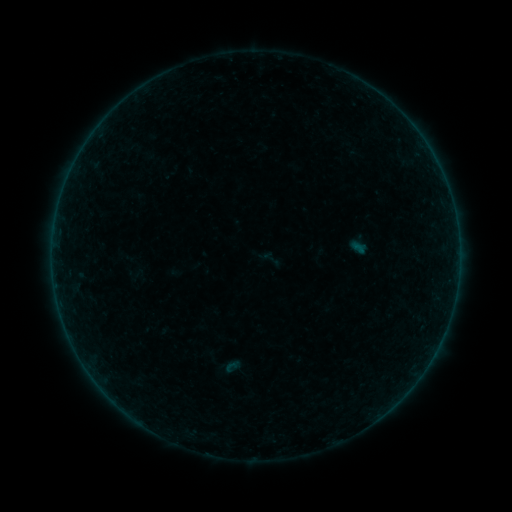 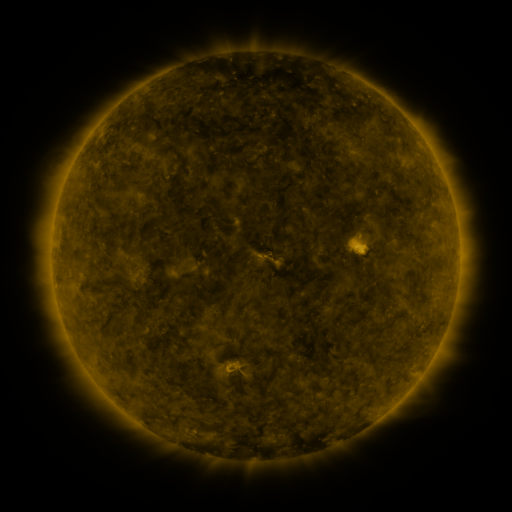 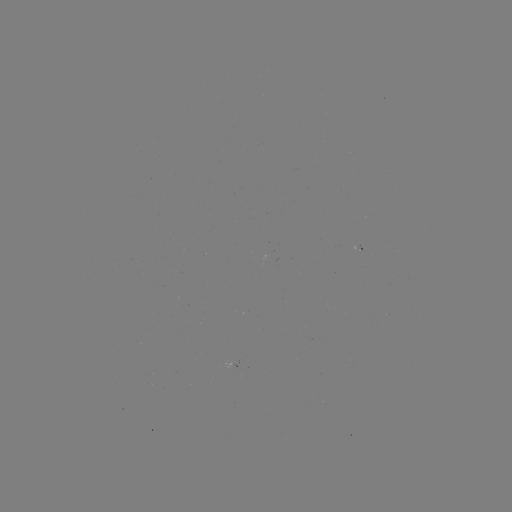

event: sigmoid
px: (270, 259)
